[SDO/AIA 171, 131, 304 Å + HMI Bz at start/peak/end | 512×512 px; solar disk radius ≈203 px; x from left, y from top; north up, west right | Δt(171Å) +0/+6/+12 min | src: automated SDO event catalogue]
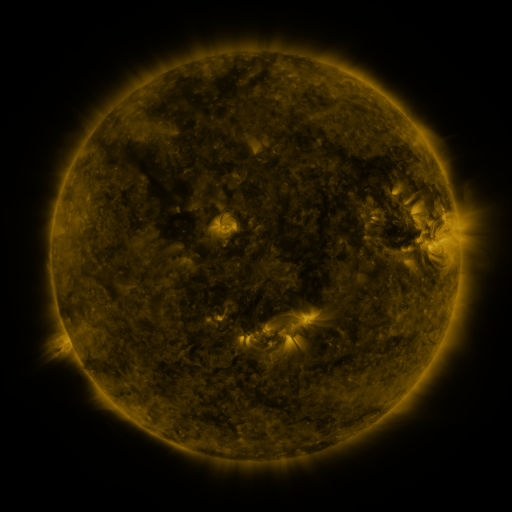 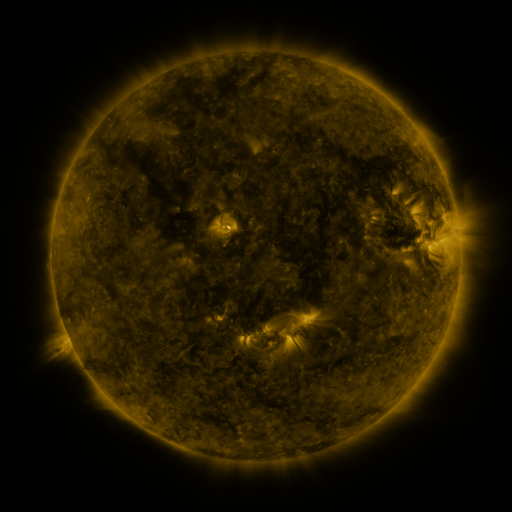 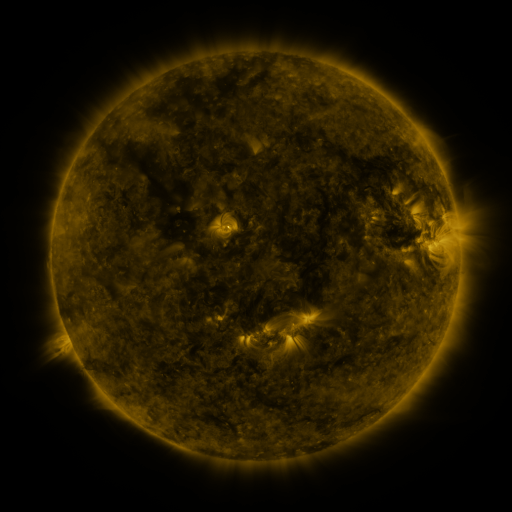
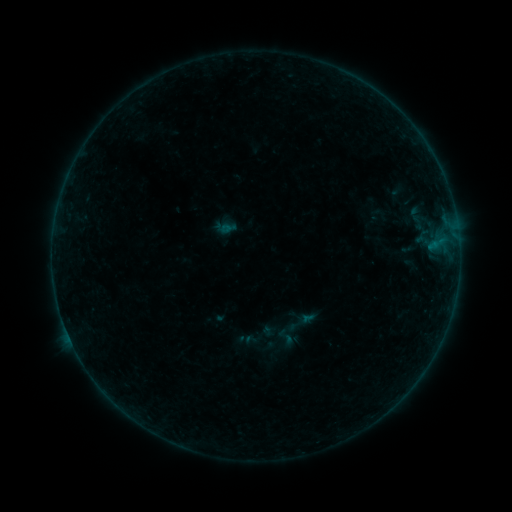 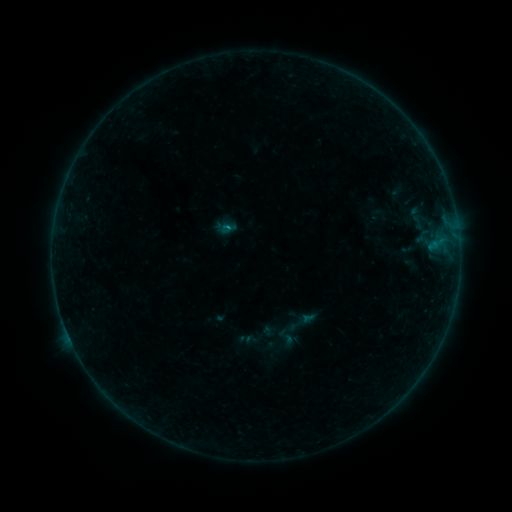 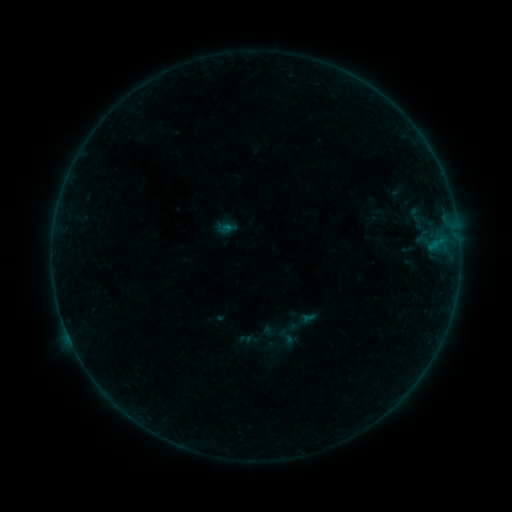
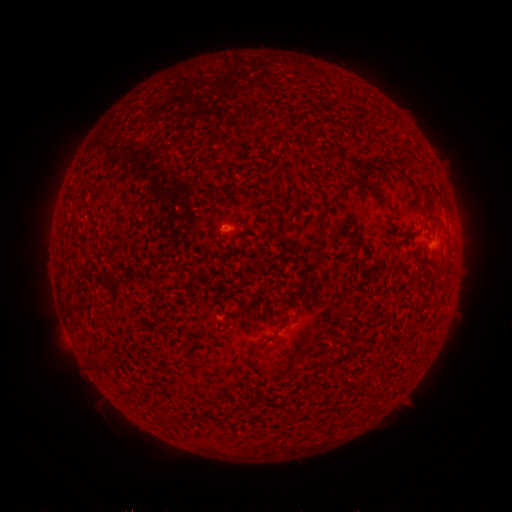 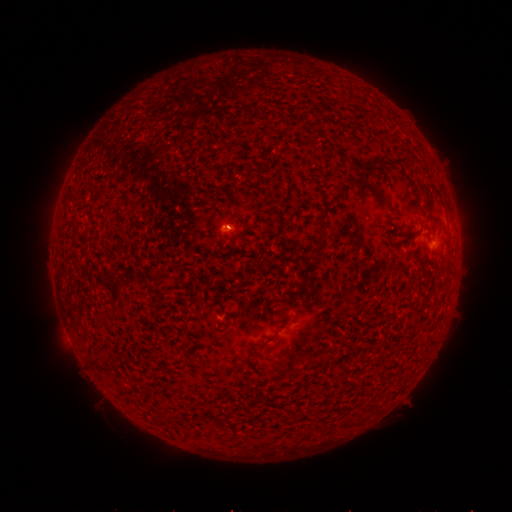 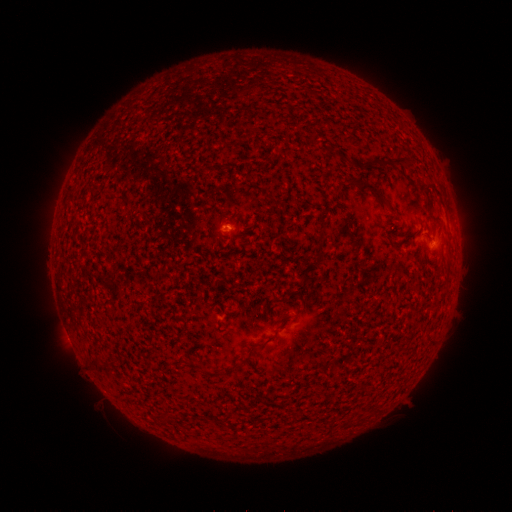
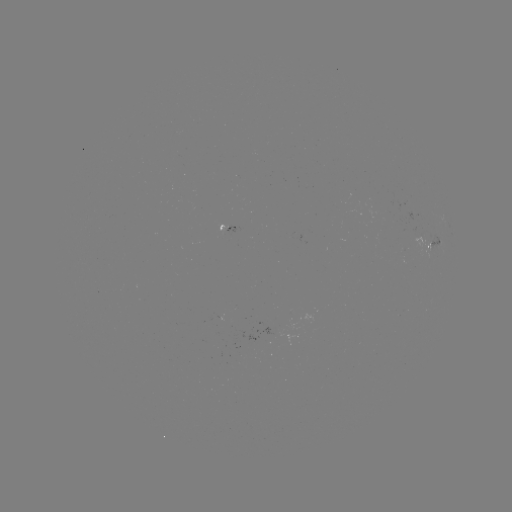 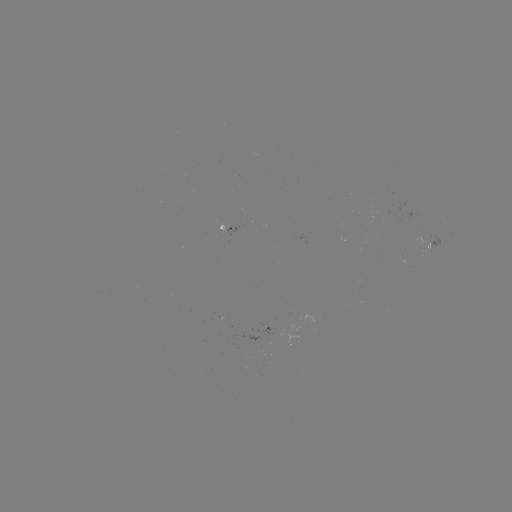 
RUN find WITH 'B1.6 flare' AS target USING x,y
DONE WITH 228,228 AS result